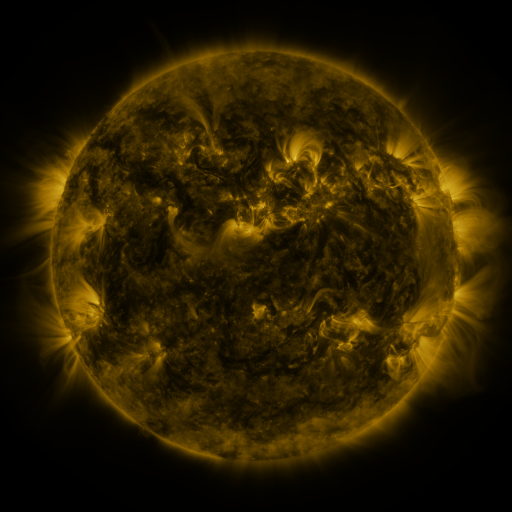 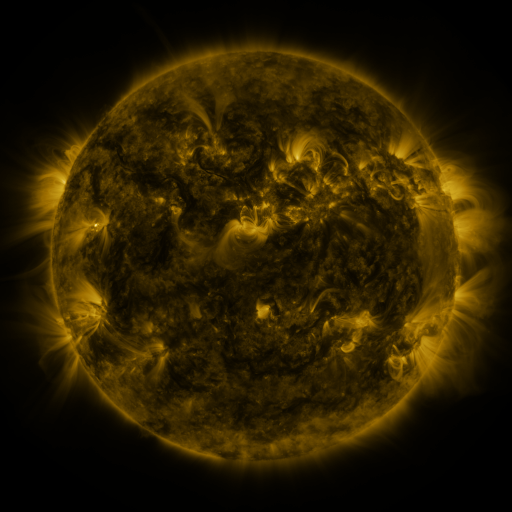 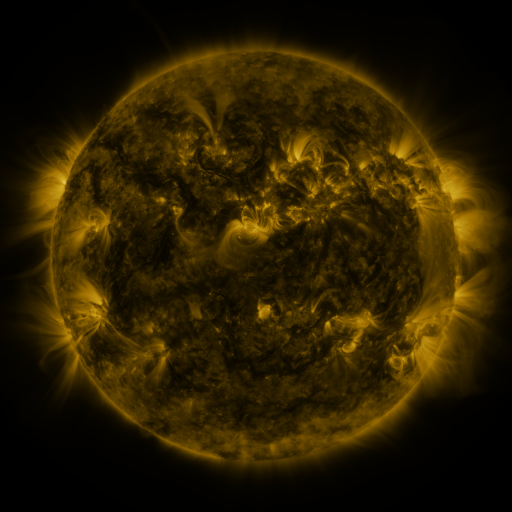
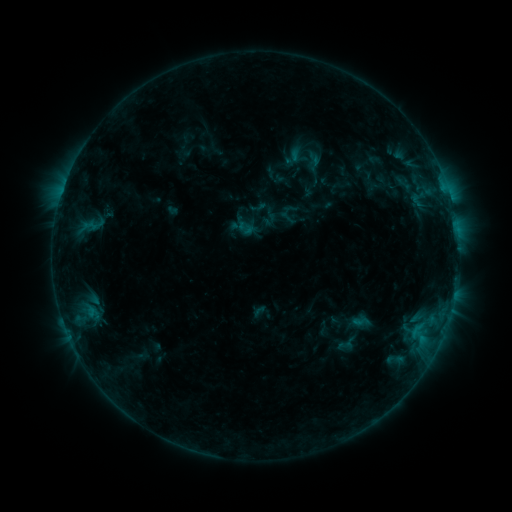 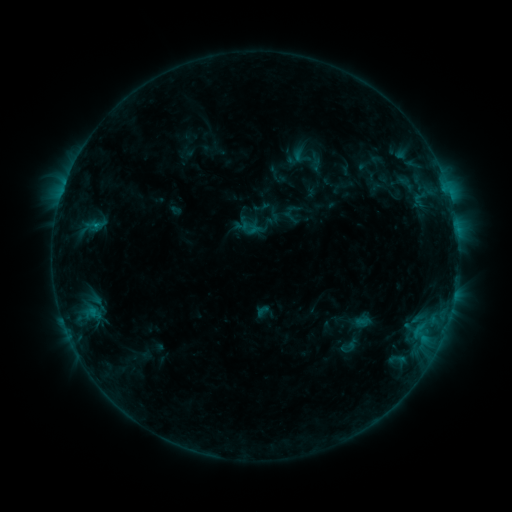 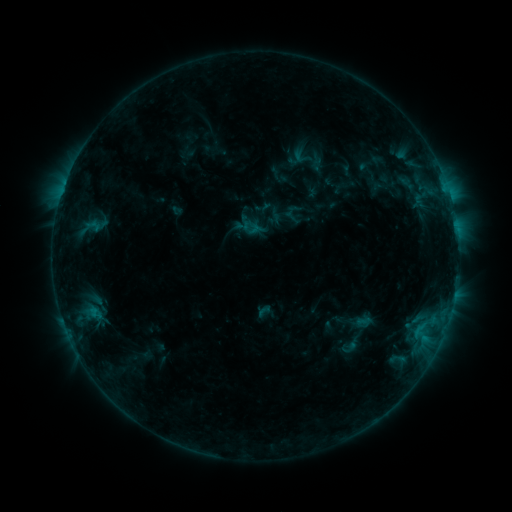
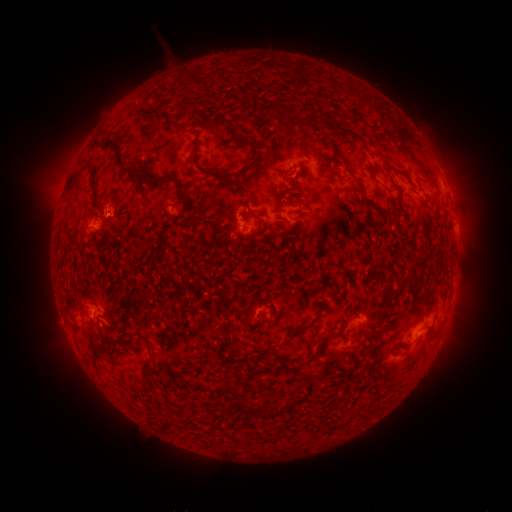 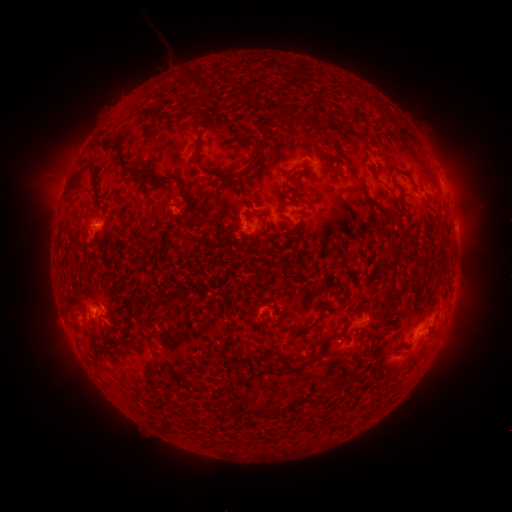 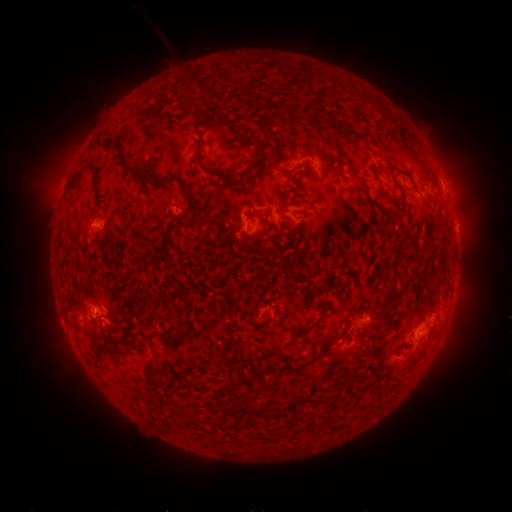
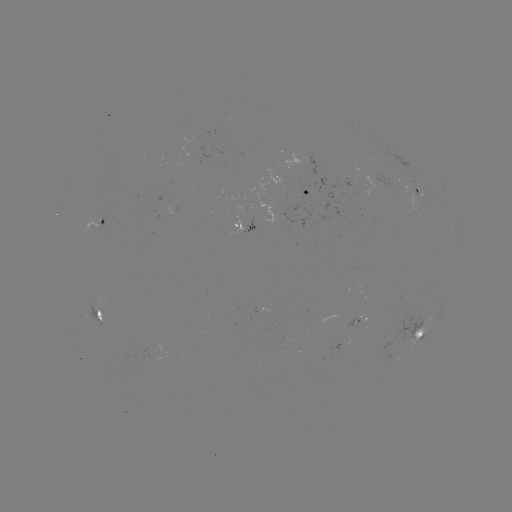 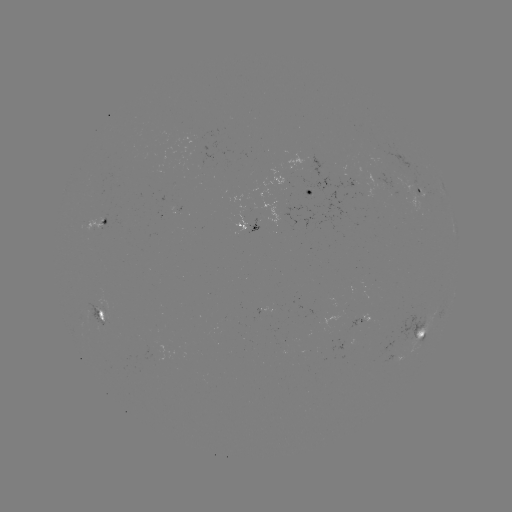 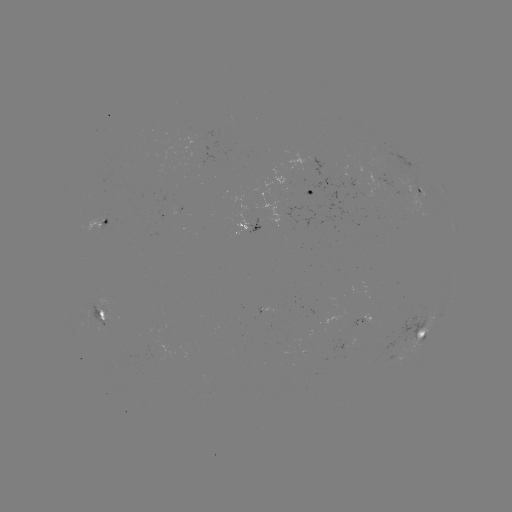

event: emerging-flux region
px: (106, 312)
